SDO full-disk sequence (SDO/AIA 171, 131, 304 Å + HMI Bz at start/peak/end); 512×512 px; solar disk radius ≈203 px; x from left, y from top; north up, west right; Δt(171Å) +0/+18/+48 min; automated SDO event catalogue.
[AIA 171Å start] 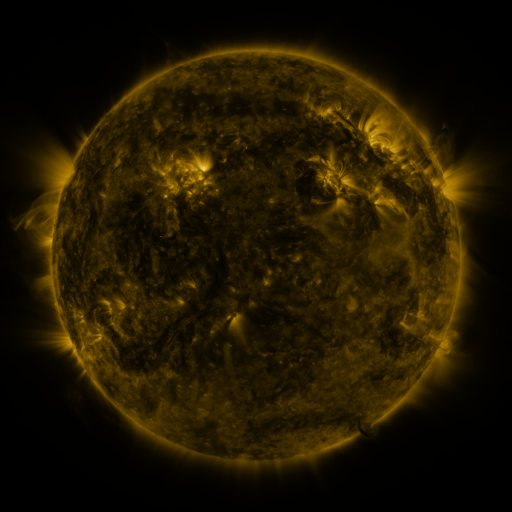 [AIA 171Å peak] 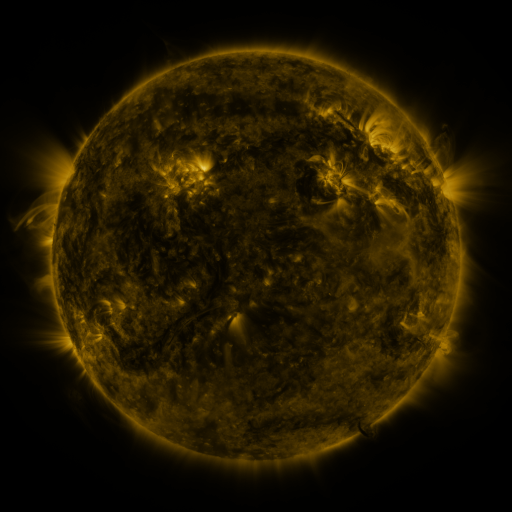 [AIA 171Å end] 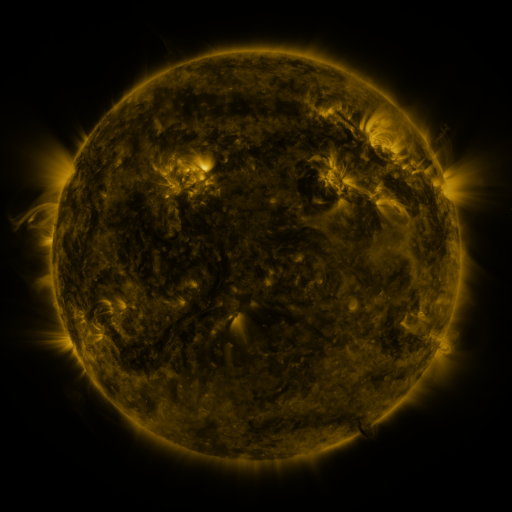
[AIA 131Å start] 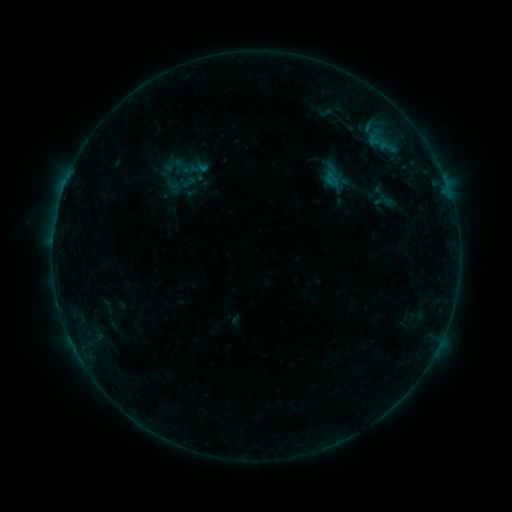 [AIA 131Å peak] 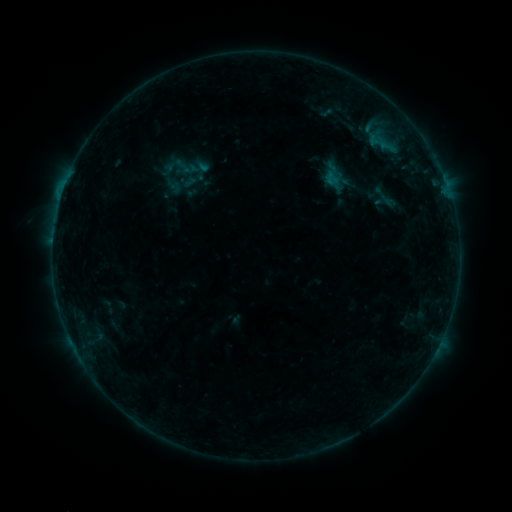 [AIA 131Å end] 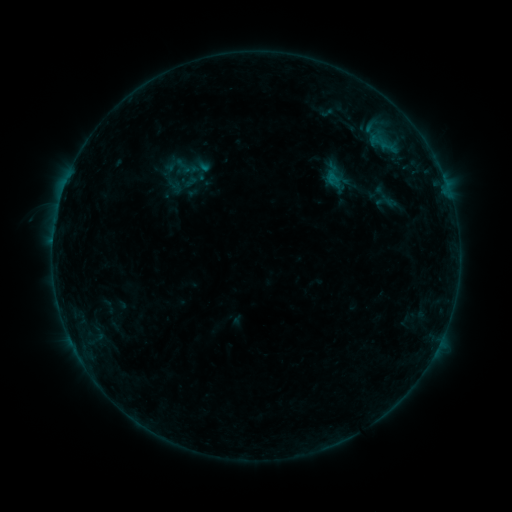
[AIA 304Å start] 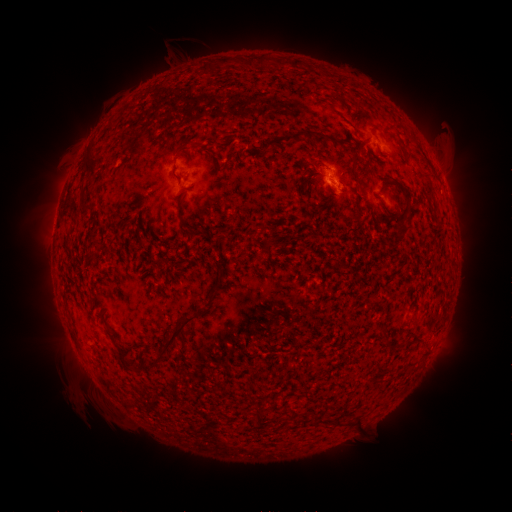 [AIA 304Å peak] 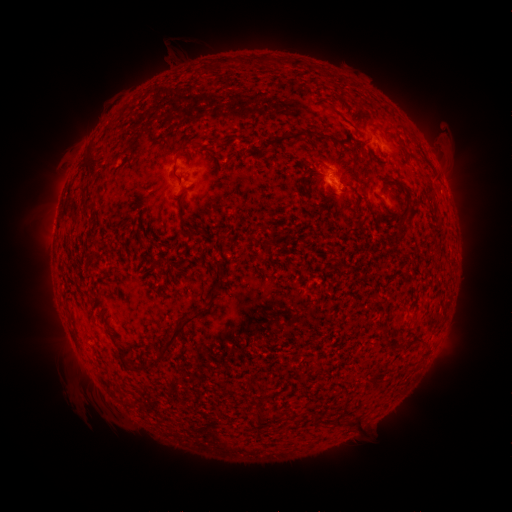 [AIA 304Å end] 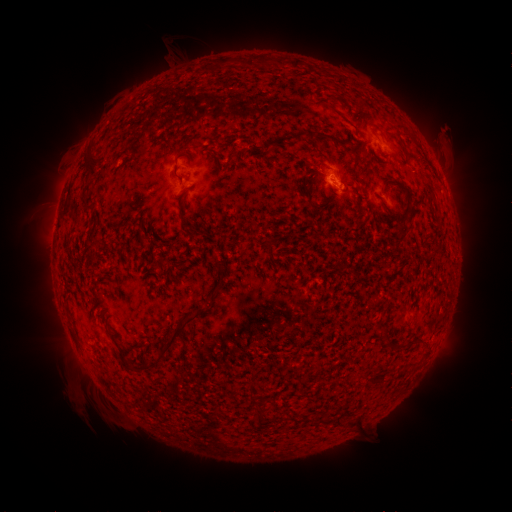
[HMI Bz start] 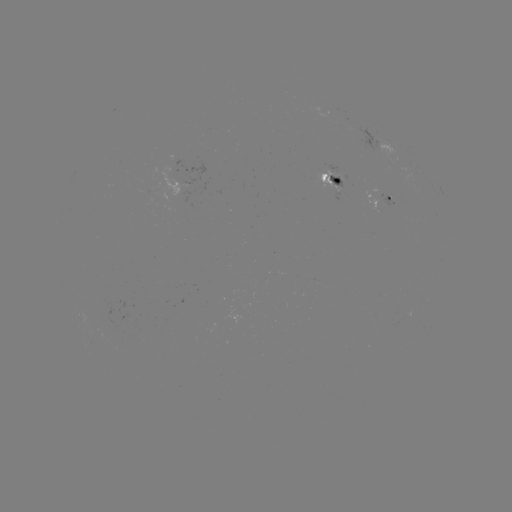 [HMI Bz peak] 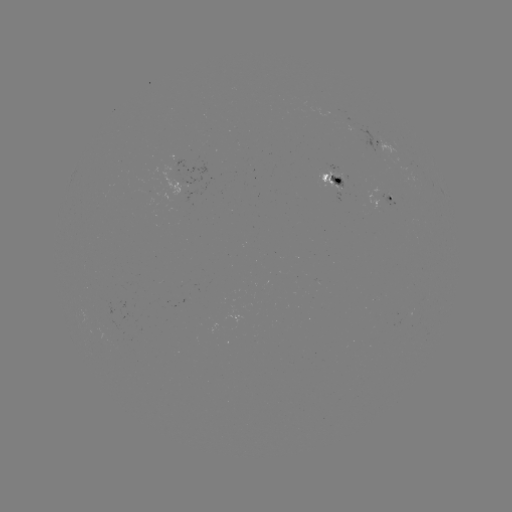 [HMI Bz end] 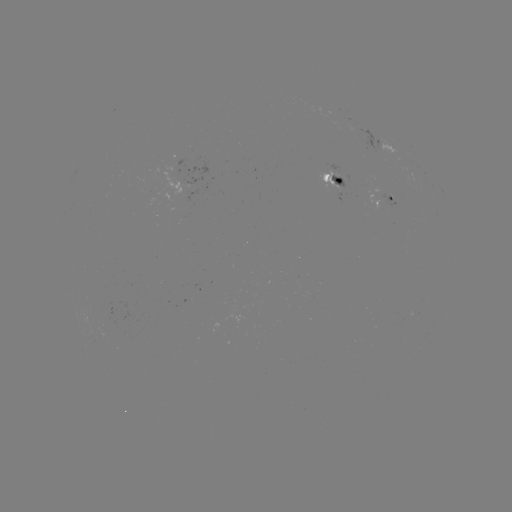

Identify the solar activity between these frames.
B4.3 flare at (60, 199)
